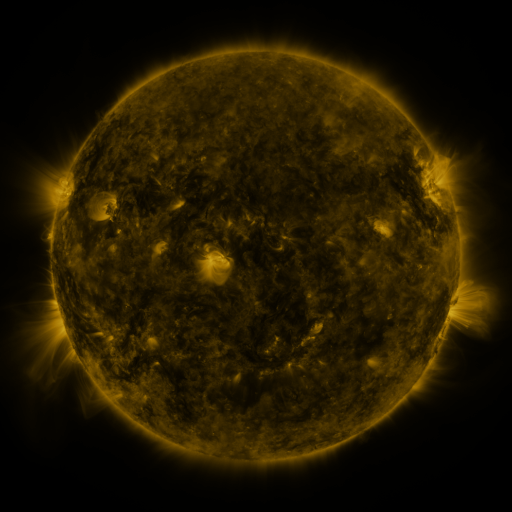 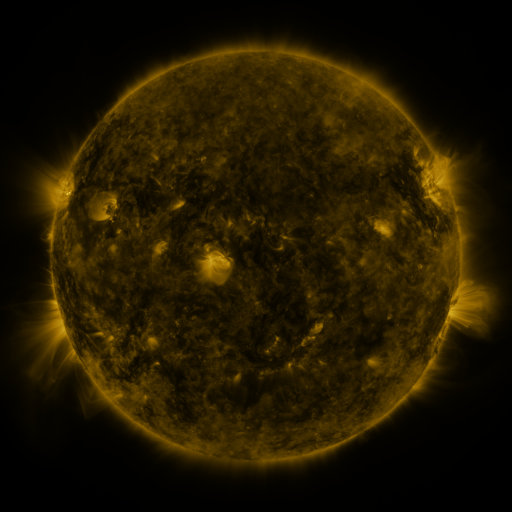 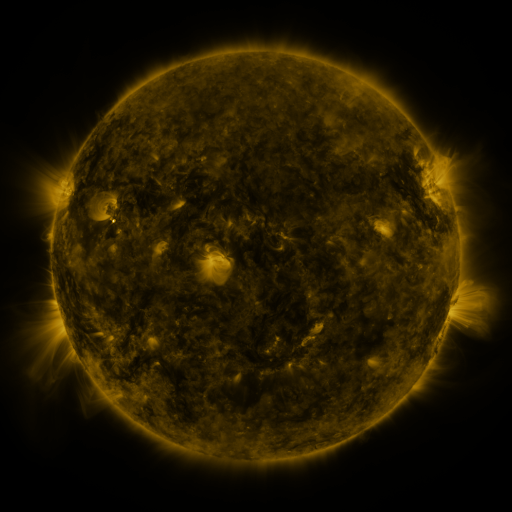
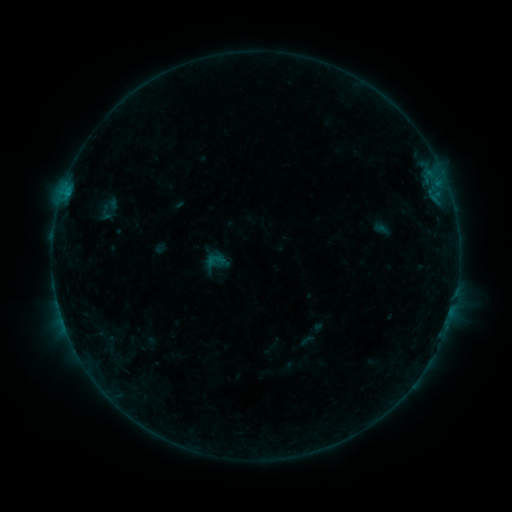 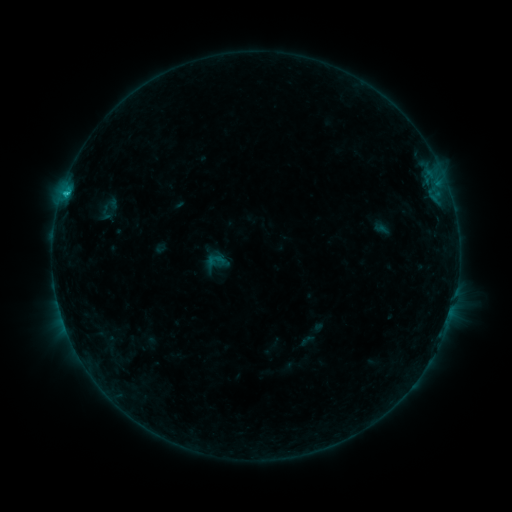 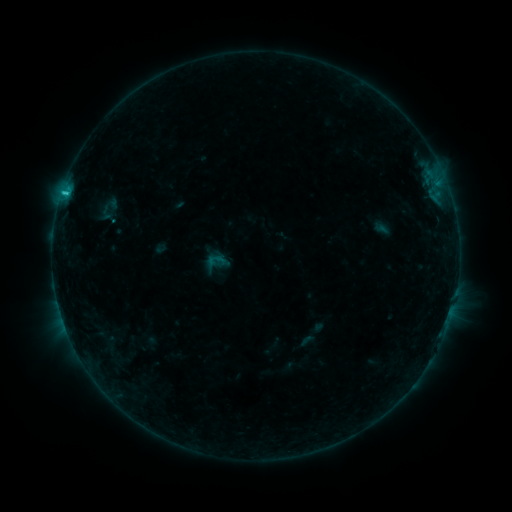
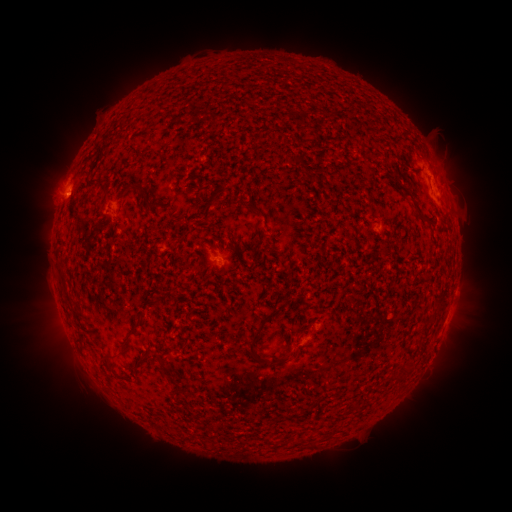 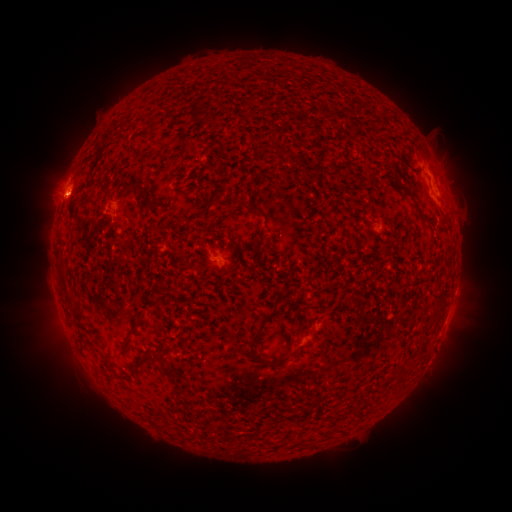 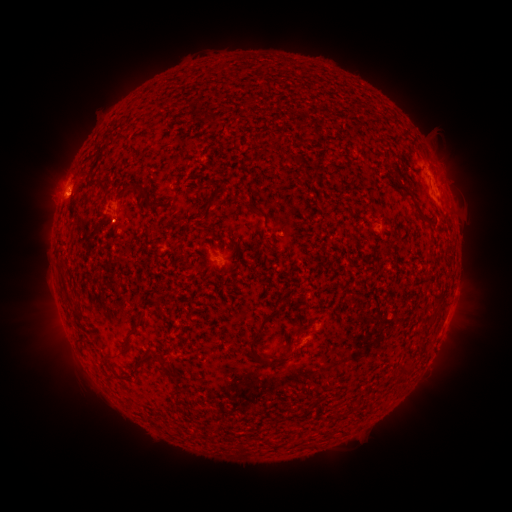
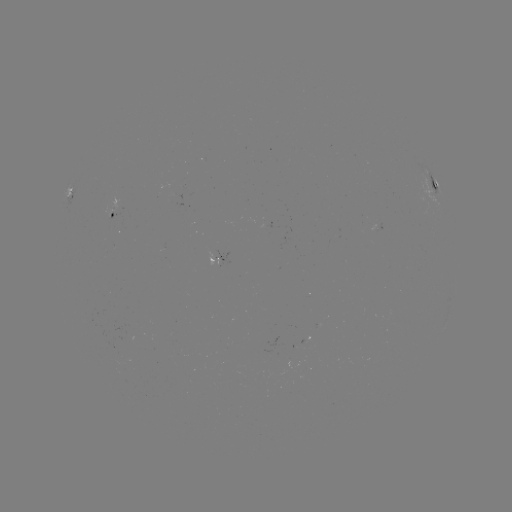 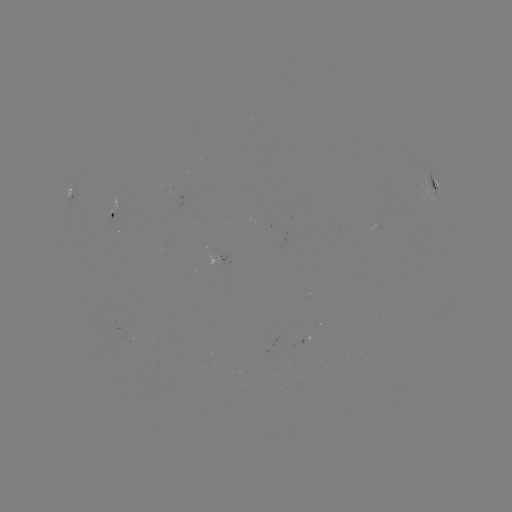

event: flare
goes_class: C1.1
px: (67, 195)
